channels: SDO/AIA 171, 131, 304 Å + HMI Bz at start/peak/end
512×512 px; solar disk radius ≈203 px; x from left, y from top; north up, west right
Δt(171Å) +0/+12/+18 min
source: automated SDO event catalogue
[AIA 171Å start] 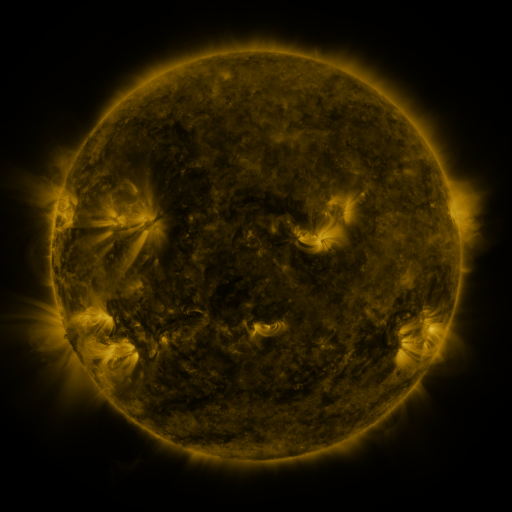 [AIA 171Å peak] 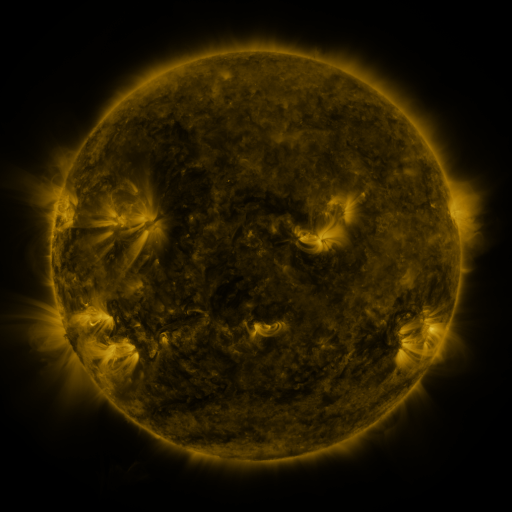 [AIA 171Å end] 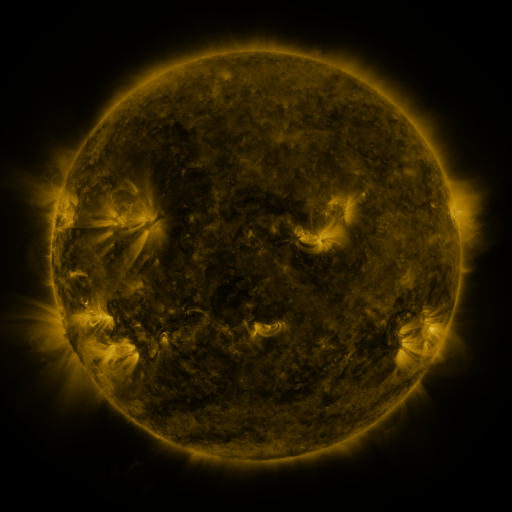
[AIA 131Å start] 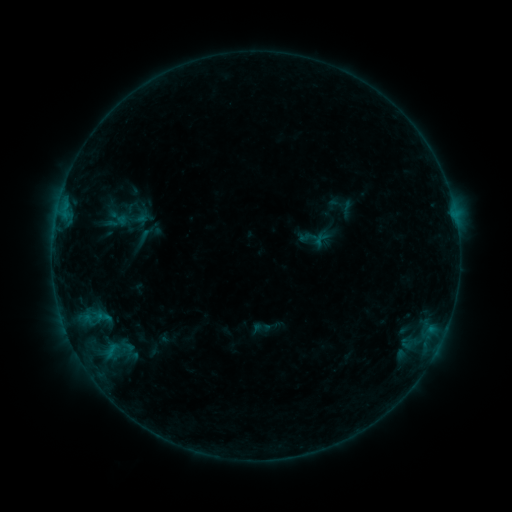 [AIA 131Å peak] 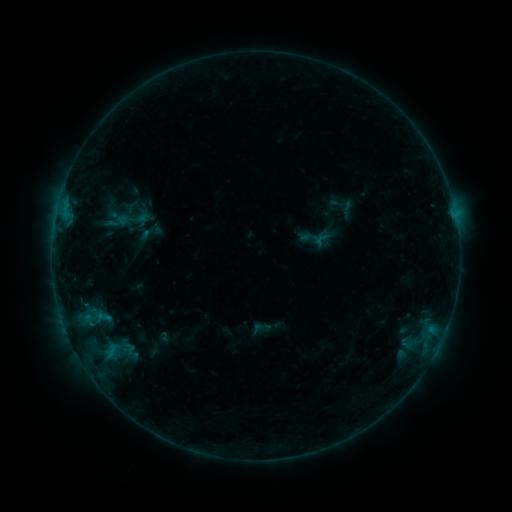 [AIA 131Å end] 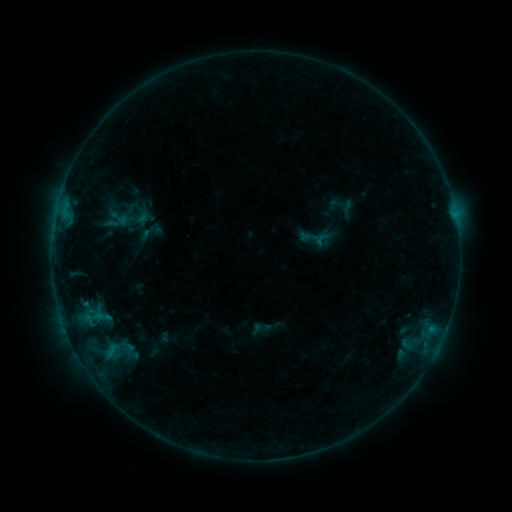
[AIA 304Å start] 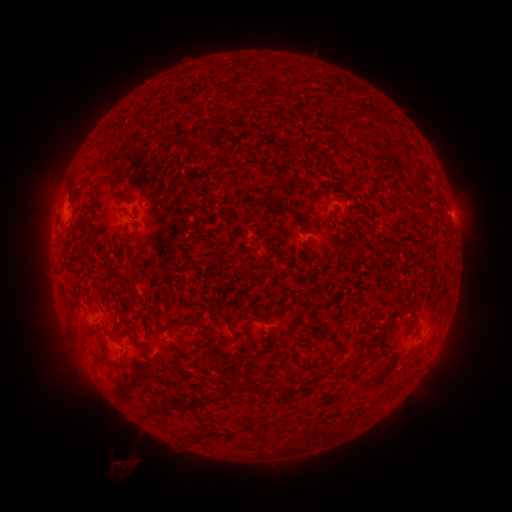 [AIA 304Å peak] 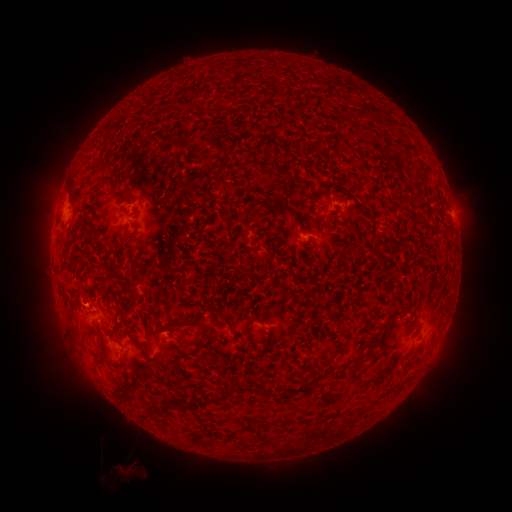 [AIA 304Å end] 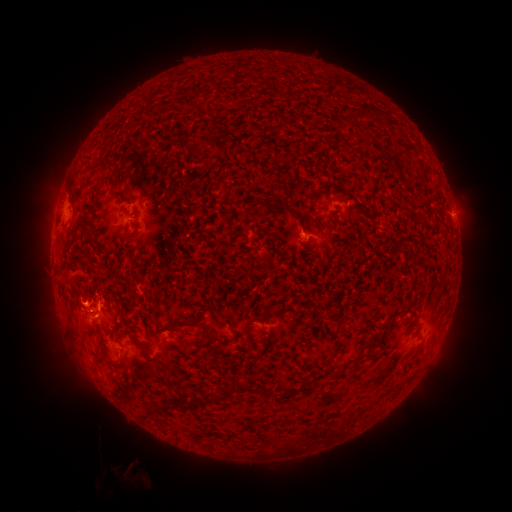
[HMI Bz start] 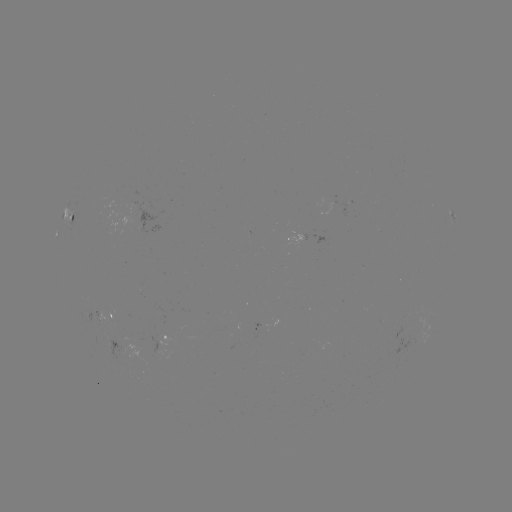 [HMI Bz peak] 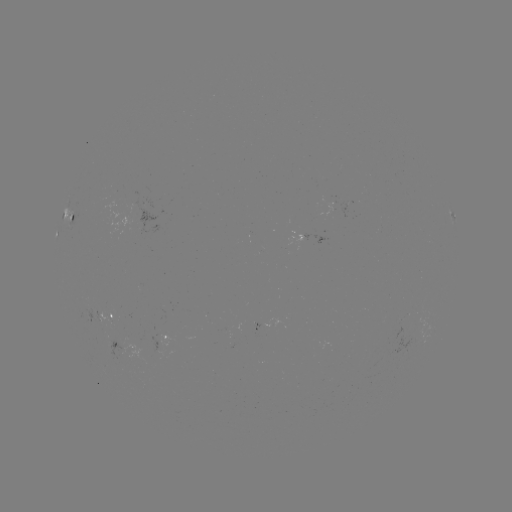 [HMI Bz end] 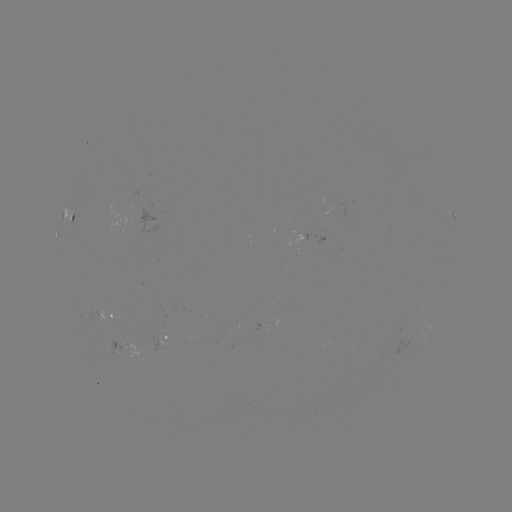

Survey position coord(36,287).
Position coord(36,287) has eruption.